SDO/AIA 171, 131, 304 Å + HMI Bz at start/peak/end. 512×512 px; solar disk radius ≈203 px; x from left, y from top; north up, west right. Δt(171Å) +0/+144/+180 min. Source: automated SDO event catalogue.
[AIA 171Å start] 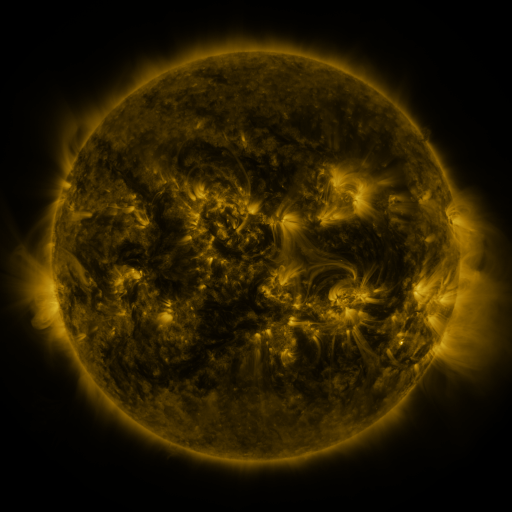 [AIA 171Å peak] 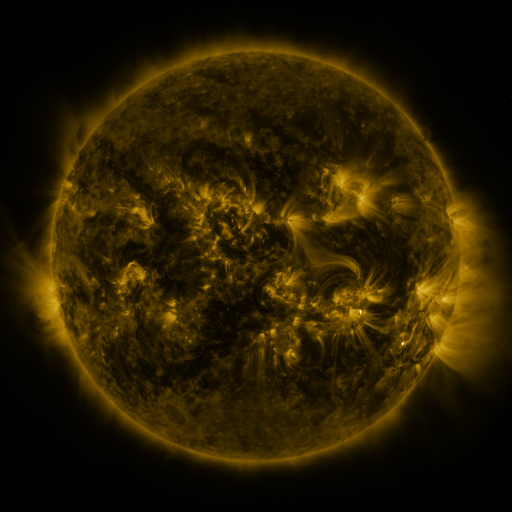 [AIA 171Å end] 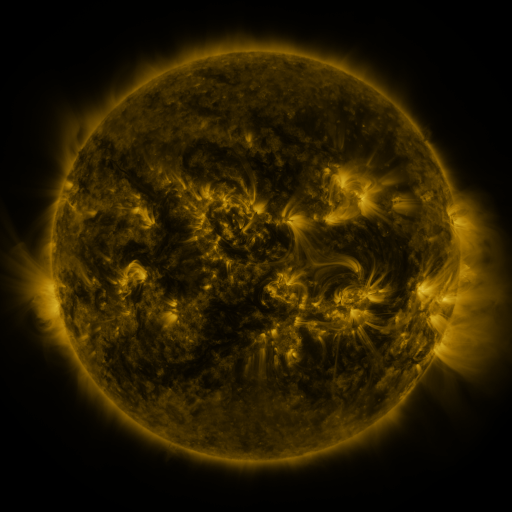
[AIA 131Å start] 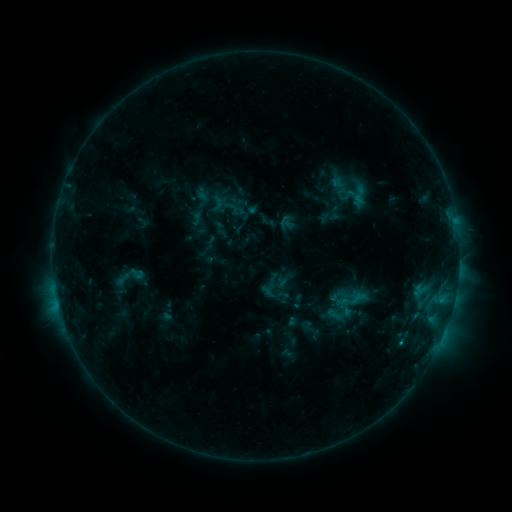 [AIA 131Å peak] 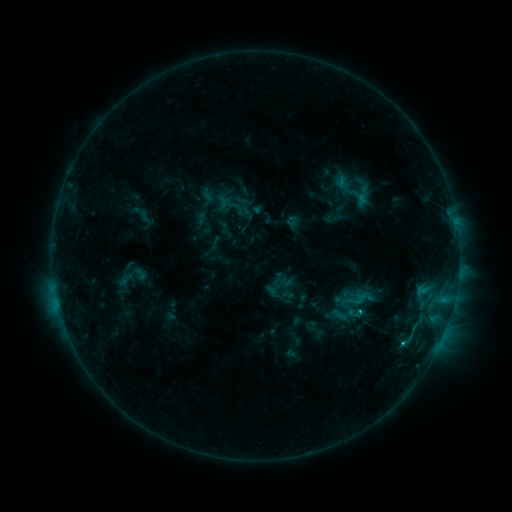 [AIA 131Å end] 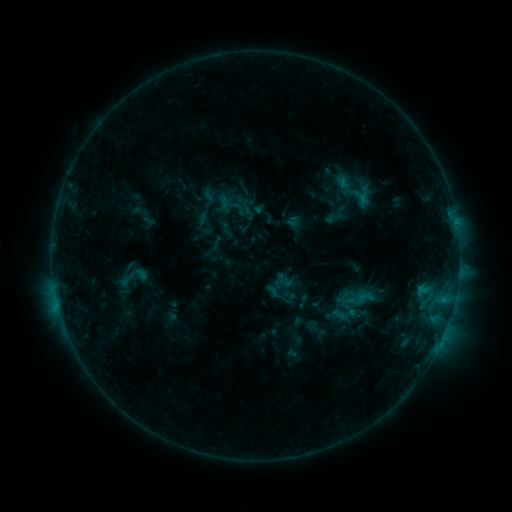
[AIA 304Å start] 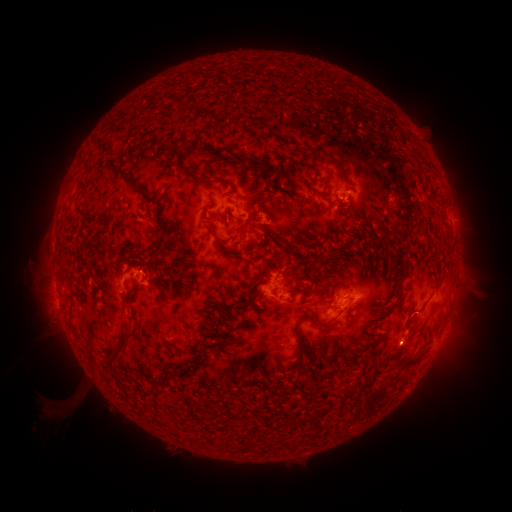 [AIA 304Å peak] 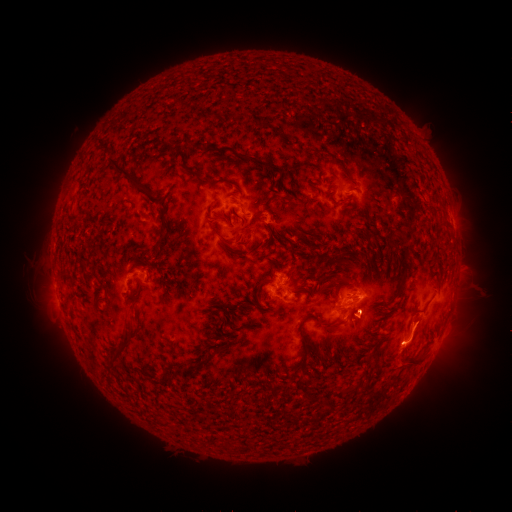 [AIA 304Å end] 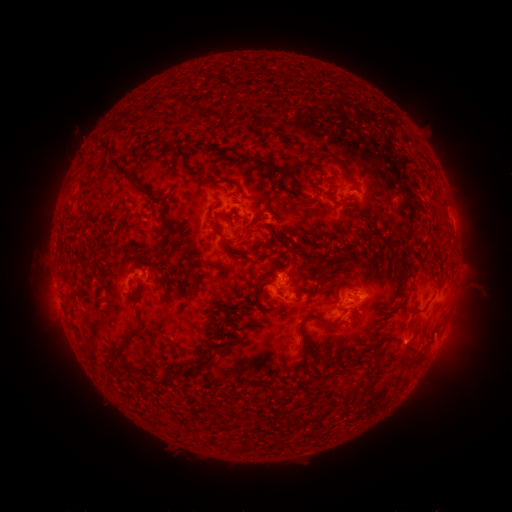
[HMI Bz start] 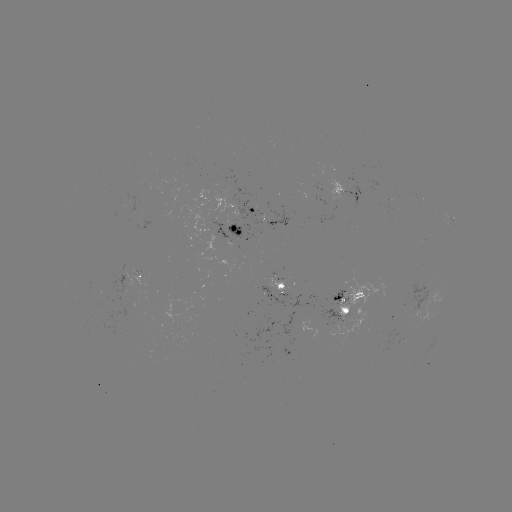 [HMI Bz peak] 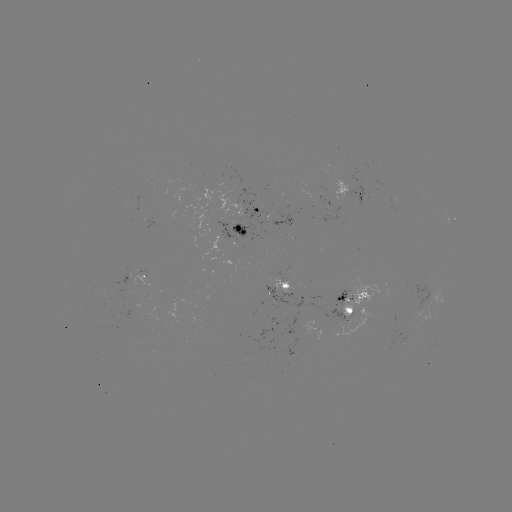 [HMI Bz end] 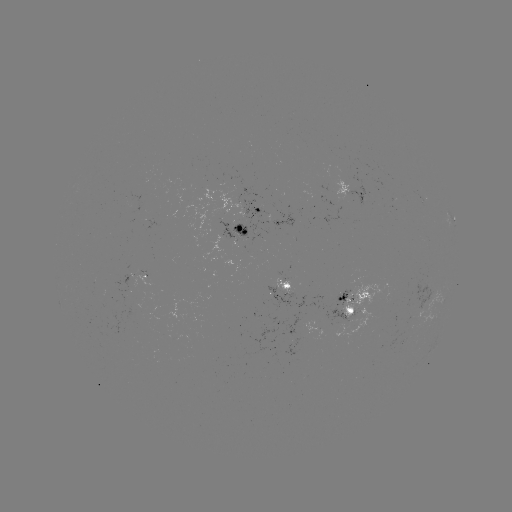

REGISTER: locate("emerging-flux region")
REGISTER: (286, 283)